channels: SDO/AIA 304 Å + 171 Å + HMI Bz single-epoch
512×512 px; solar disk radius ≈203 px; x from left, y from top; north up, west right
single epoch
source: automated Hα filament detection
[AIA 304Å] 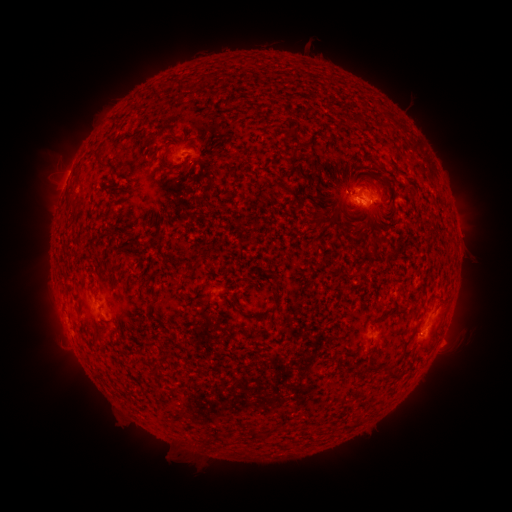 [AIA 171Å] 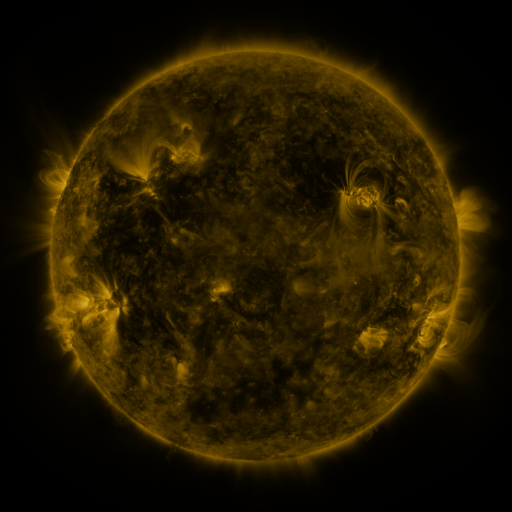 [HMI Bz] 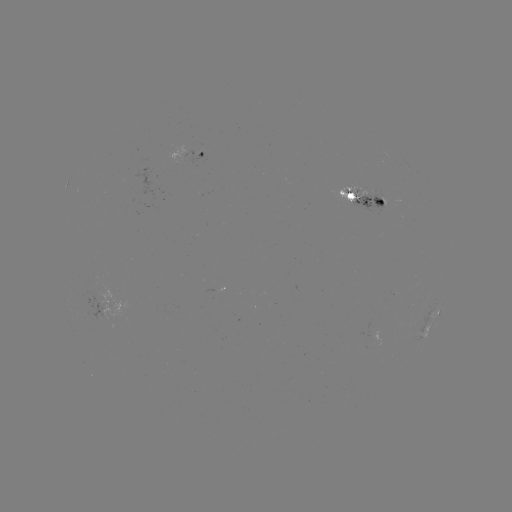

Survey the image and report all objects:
filament: (347, 117, 359, 124)
filament: (89, 151, 108, 171)
filament: (159, 155, 185, 173)
filament: (315, 182, 326, 191)
filament: (65, 193, 74, 202)
filament: (314, 218, 322, 227)
filament: (368, 232, 383, 243)
filament: (127, 241, 135, 250)
filament: (270, 270, 281, 301)
filament: (231, 297, 262, 323)
filament: (94, 337, 101, 349)
filament: (402, 337, 410, 351)
filament: (161, 353, 175, 366)
filament: (387, 364, 401, 378)
